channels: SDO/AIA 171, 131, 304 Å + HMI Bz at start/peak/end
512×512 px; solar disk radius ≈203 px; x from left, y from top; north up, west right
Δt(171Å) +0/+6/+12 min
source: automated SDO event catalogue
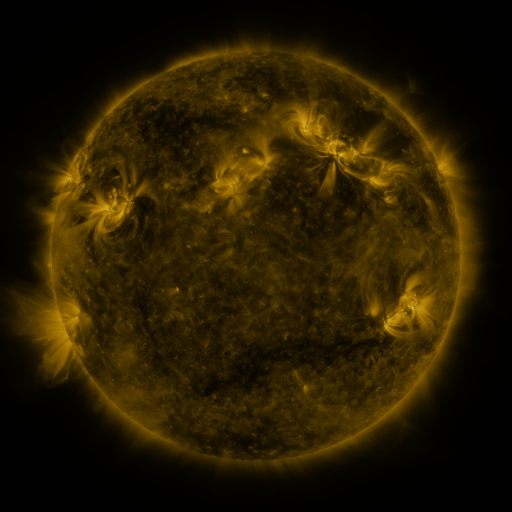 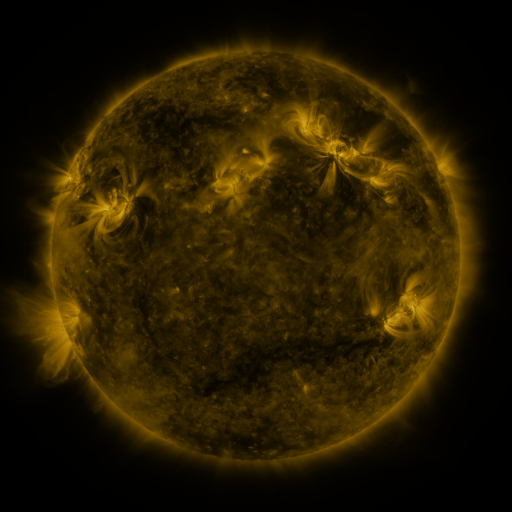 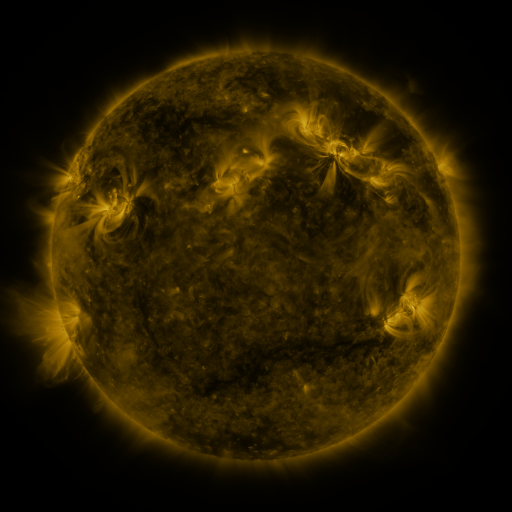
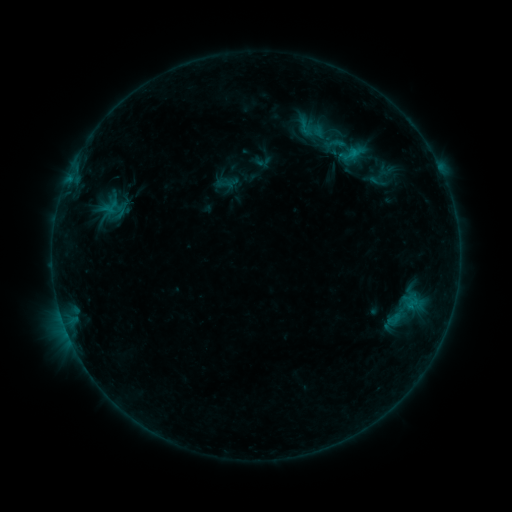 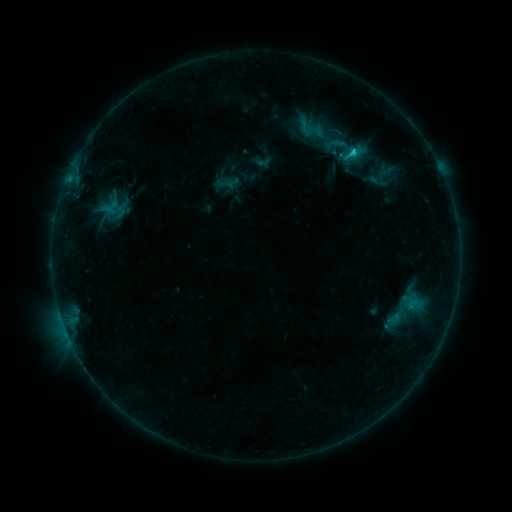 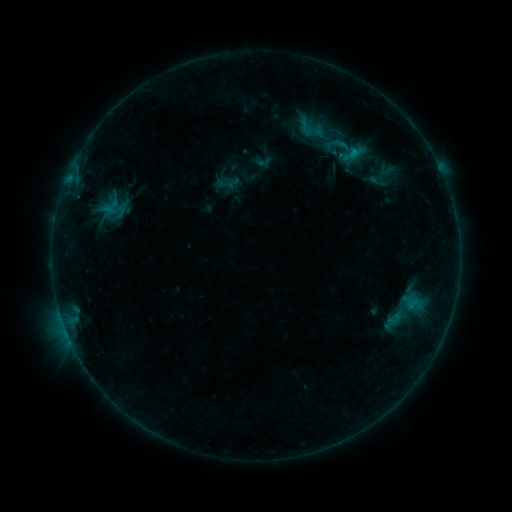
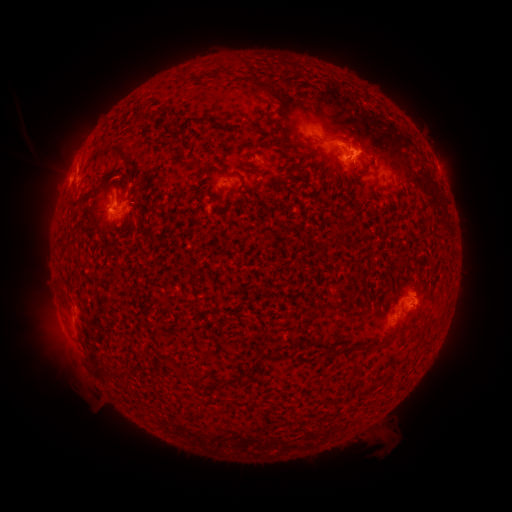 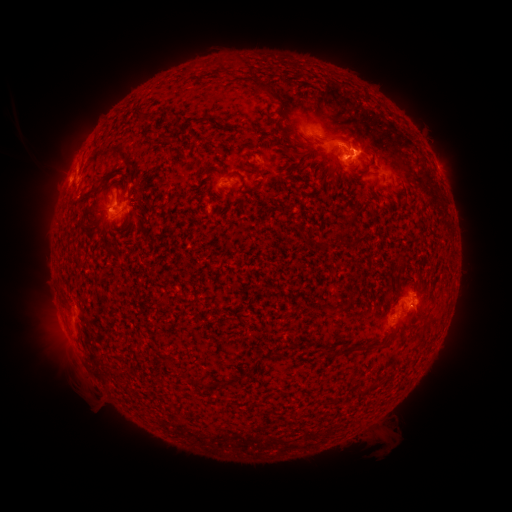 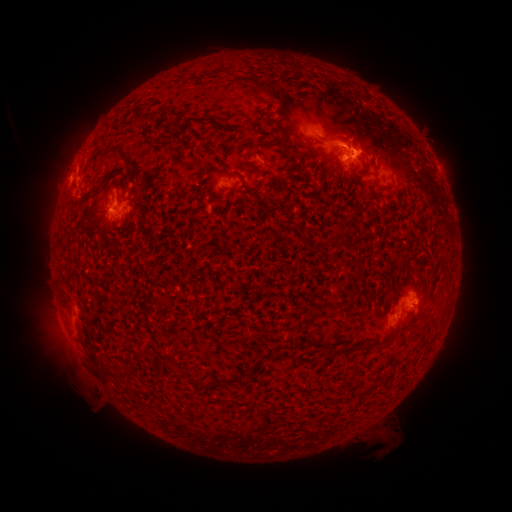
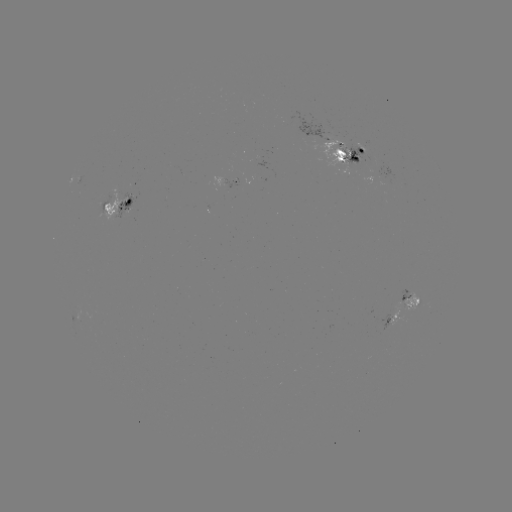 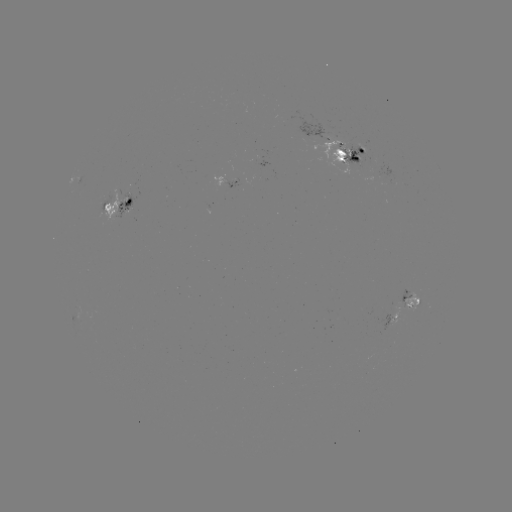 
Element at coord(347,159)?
C1.4 flare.